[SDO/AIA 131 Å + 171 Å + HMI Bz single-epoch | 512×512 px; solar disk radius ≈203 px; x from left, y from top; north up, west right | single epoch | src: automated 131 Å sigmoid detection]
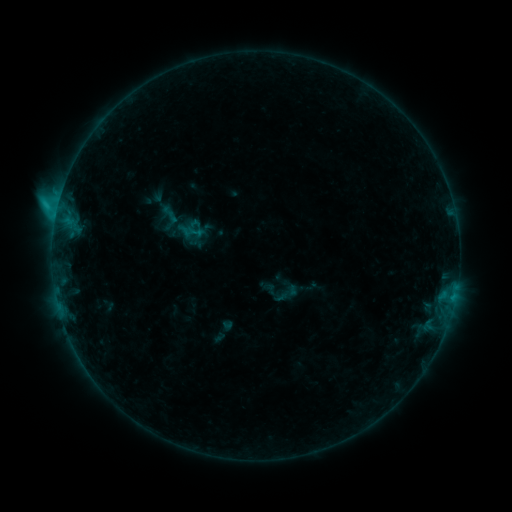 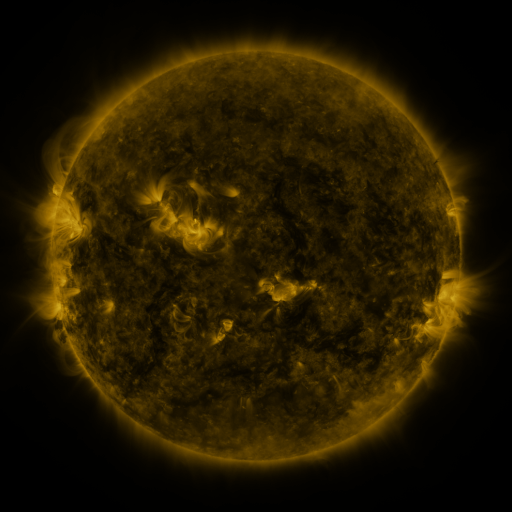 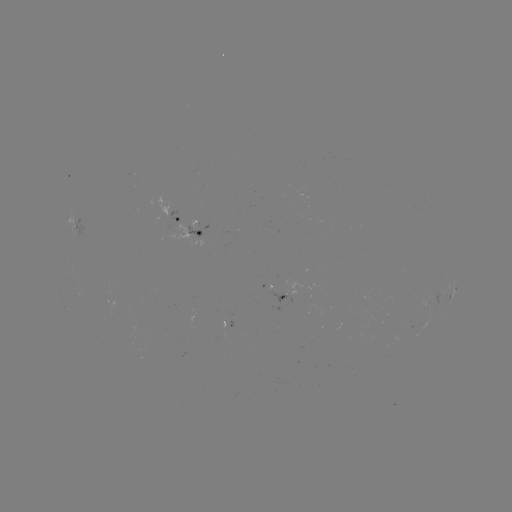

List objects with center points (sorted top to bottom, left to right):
sigmoid: (169, 215)
sigmoid: (287, 294)
